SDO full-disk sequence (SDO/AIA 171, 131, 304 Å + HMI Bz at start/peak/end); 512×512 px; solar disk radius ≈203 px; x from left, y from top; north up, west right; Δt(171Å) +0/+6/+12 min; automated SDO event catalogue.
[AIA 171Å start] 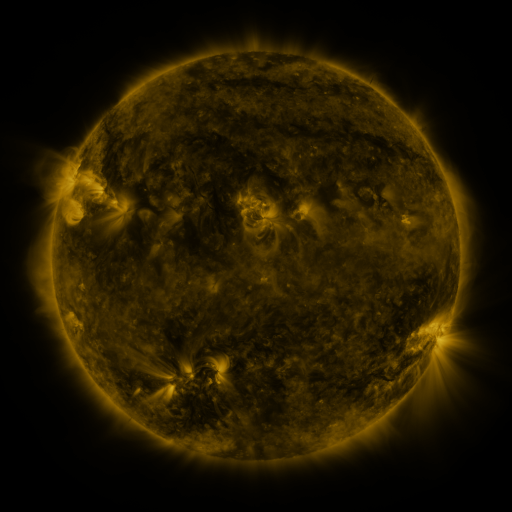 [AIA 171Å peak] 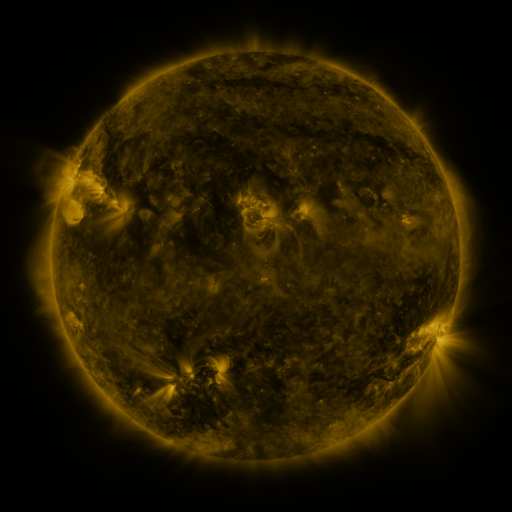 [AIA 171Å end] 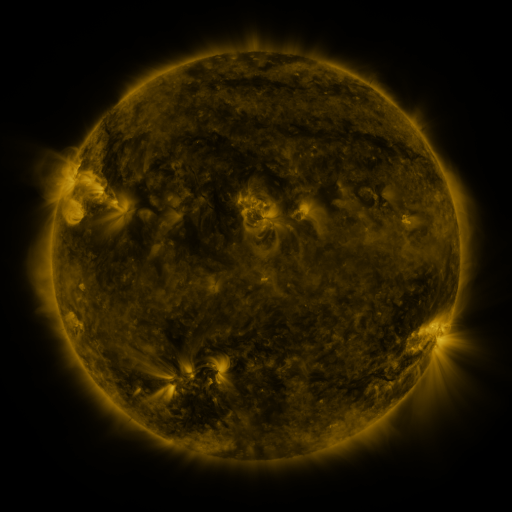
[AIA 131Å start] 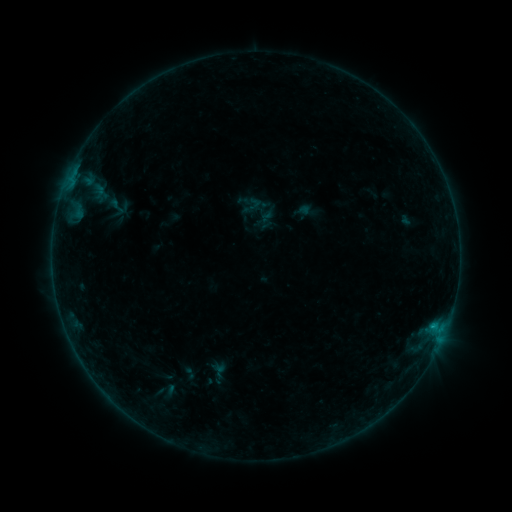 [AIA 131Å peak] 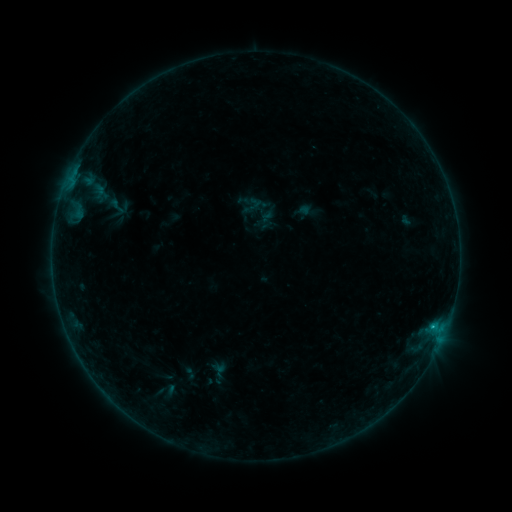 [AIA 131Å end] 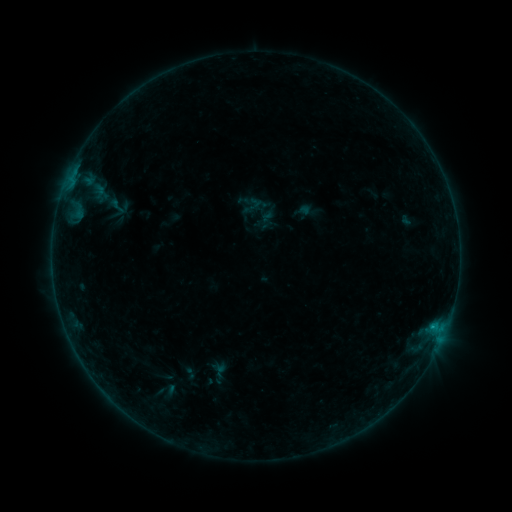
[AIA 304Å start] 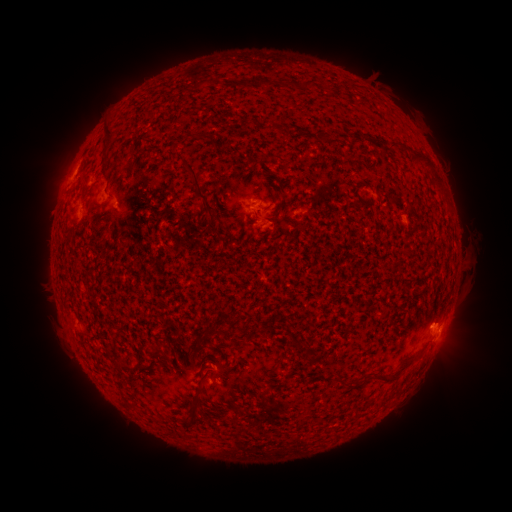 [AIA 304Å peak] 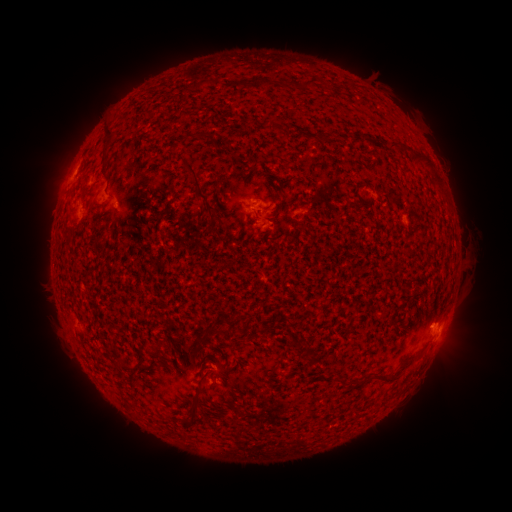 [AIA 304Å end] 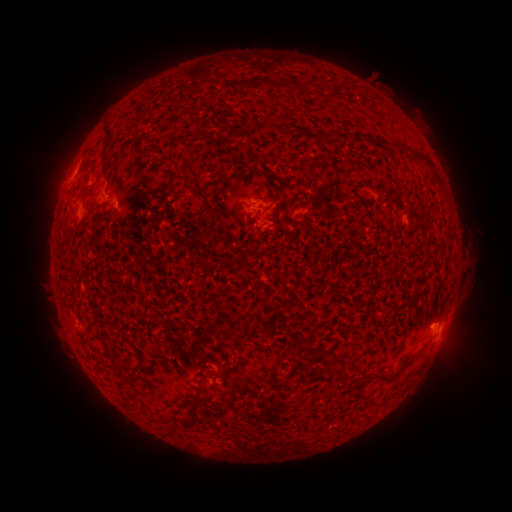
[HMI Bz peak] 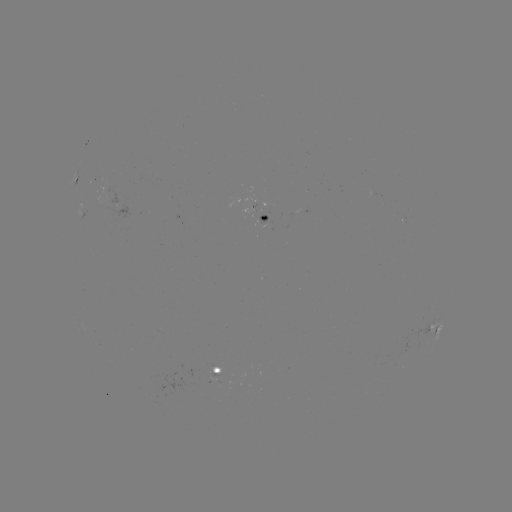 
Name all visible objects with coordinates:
B2.9 flare: (432, 326)
